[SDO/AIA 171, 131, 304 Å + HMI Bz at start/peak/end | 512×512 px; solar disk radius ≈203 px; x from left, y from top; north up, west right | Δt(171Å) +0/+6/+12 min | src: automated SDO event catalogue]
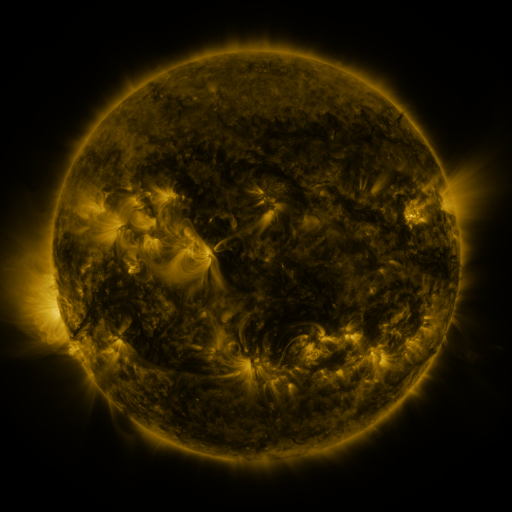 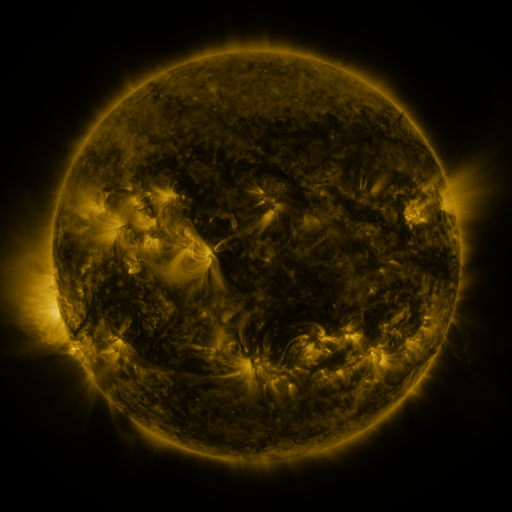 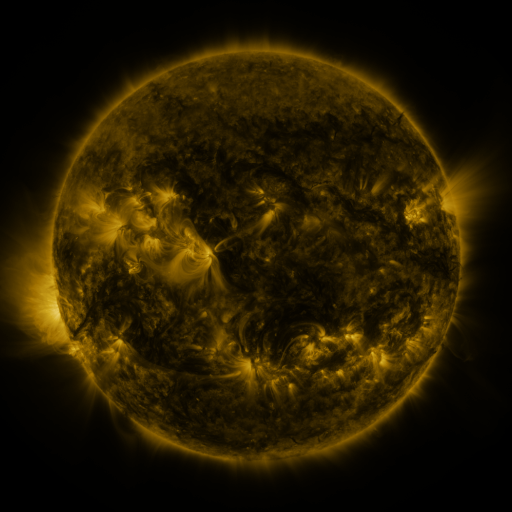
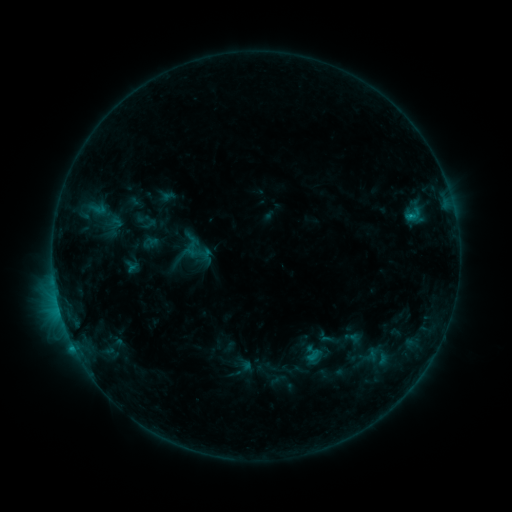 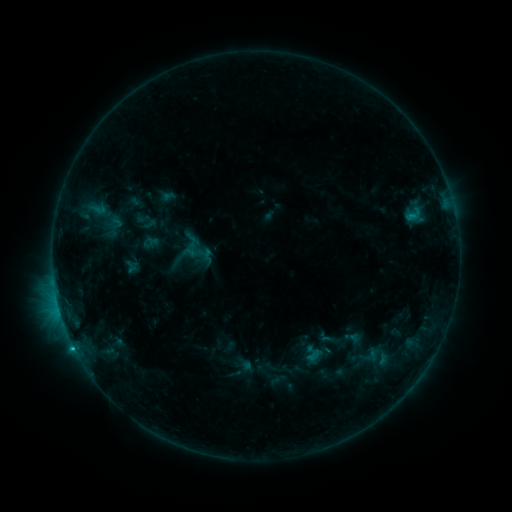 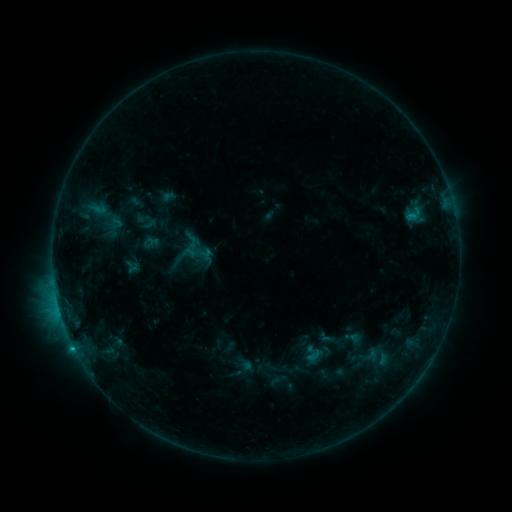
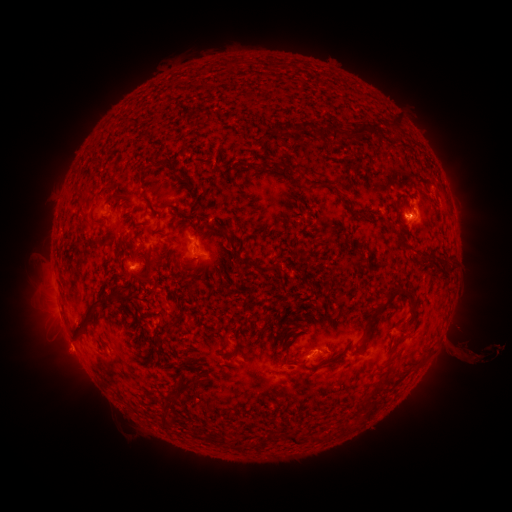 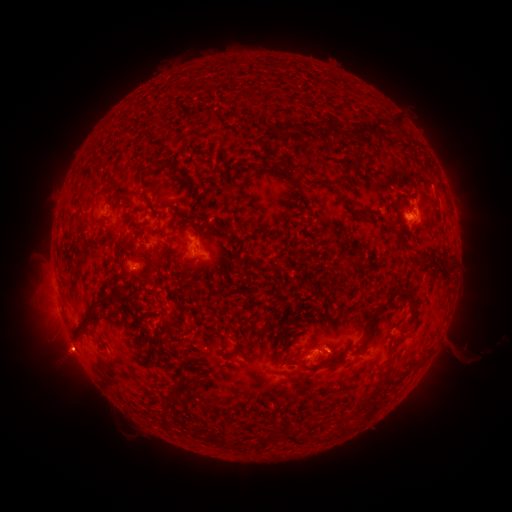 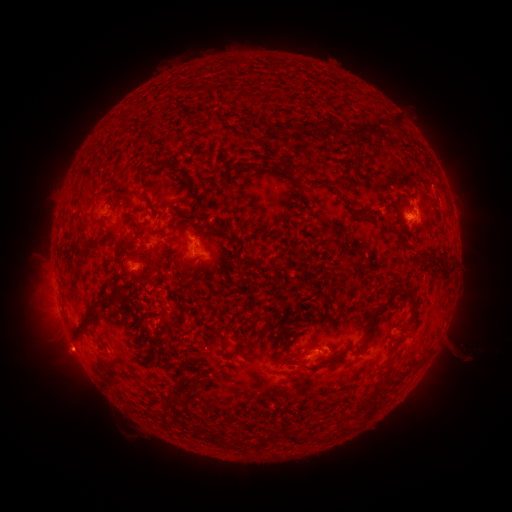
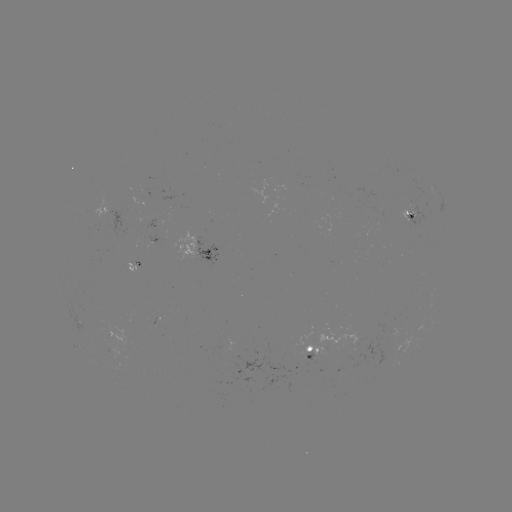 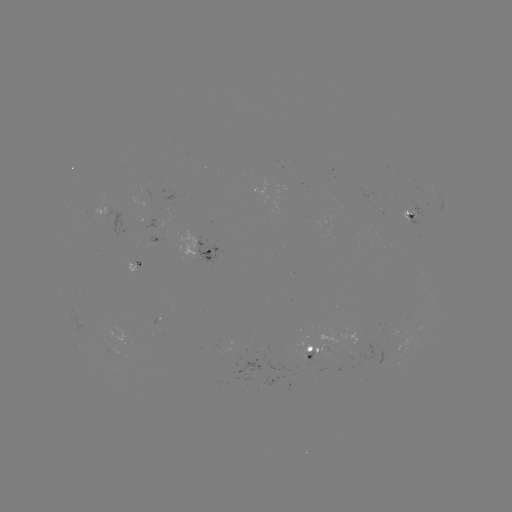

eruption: (41, 332, 93, 379)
